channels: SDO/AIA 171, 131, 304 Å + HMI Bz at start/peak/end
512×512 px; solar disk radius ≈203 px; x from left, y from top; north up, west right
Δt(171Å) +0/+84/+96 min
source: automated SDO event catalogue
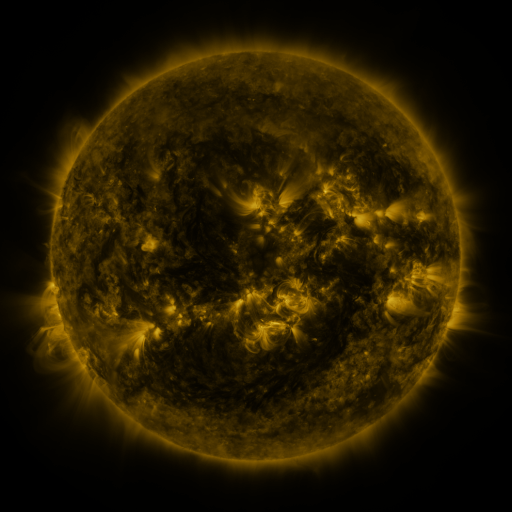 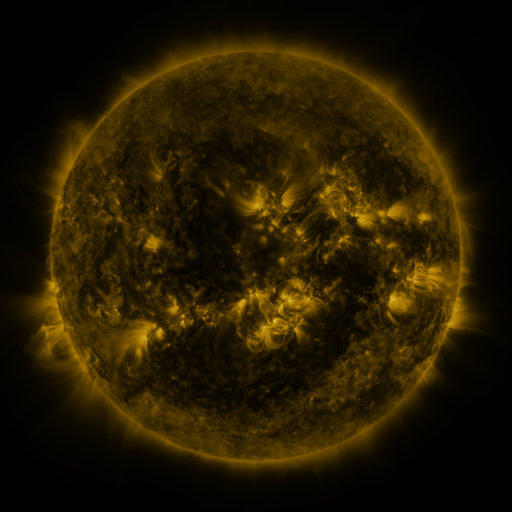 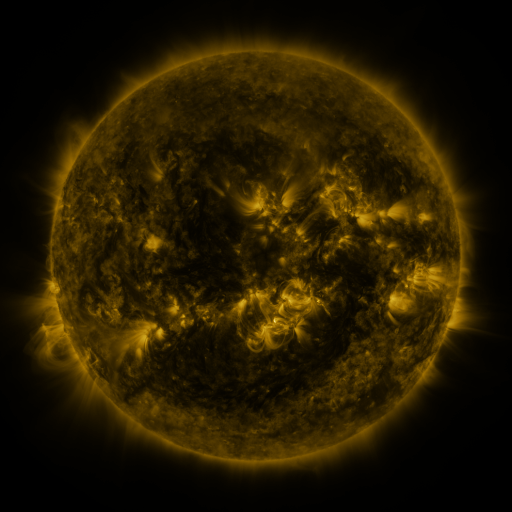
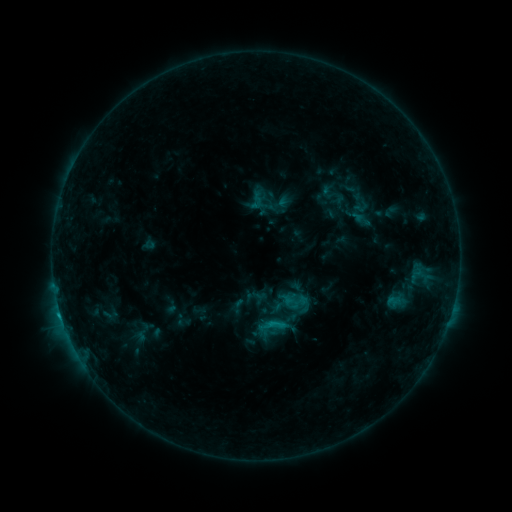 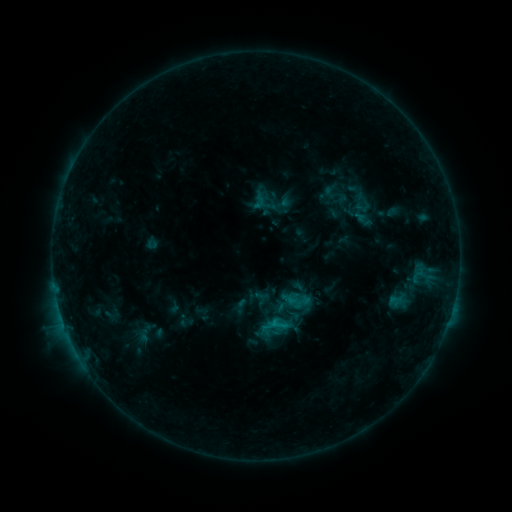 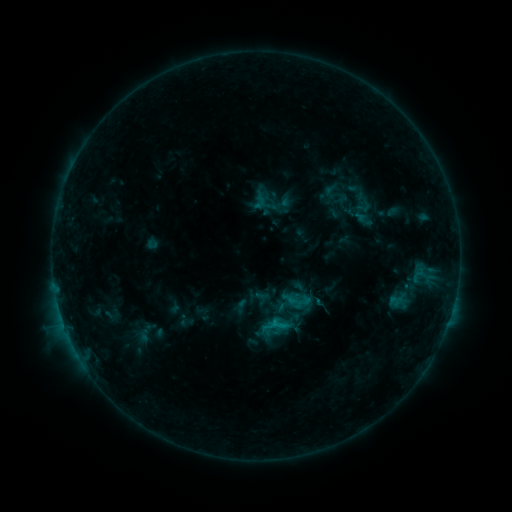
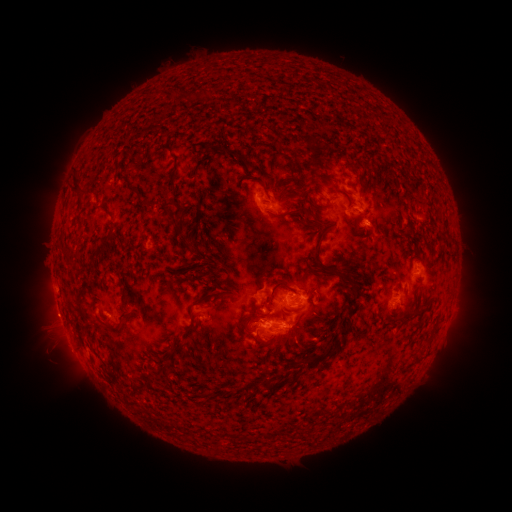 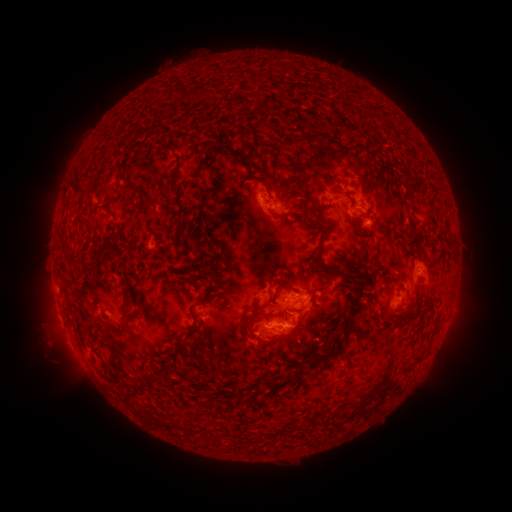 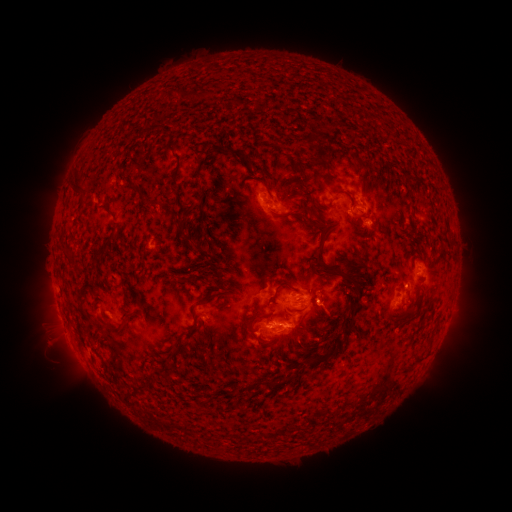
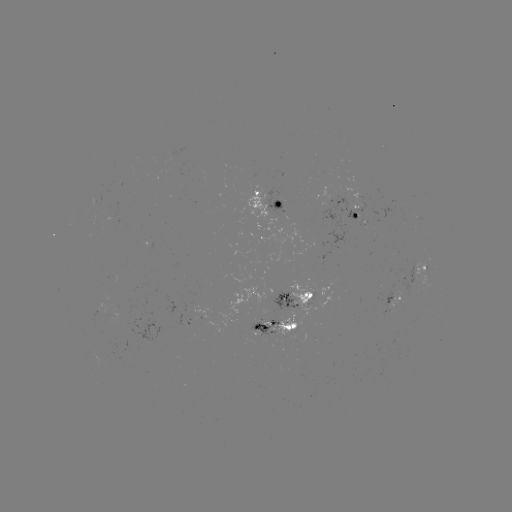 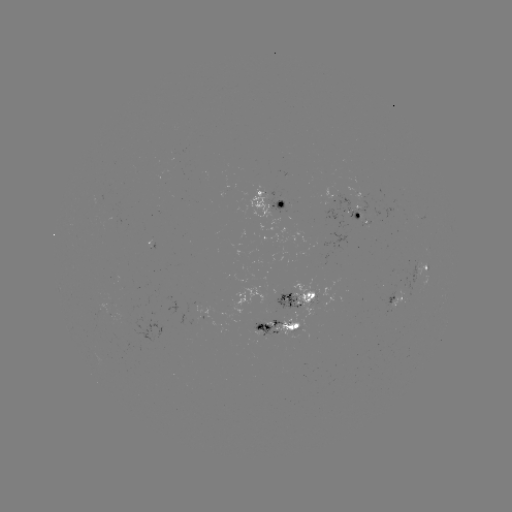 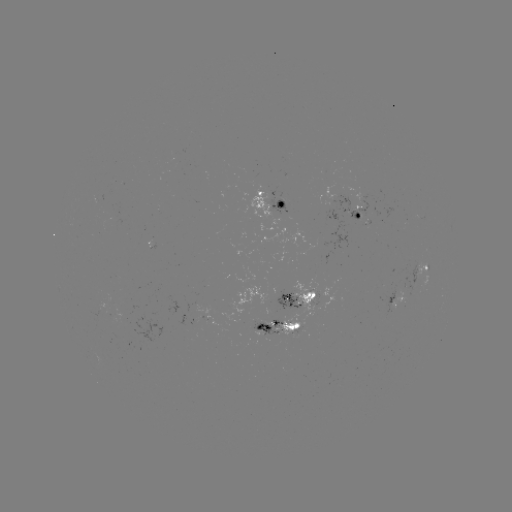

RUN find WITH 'emerging-flux region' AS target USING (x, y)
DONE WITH (267, 325) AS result